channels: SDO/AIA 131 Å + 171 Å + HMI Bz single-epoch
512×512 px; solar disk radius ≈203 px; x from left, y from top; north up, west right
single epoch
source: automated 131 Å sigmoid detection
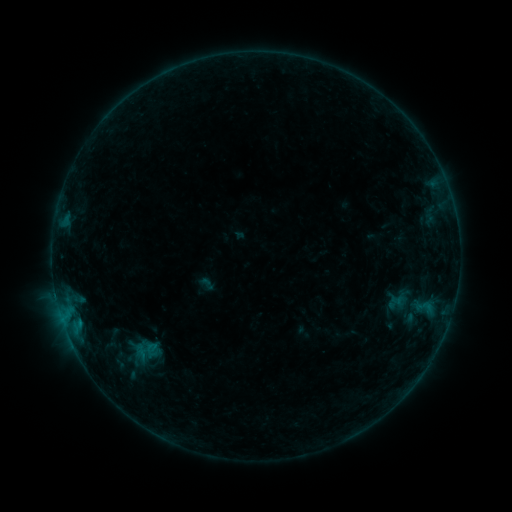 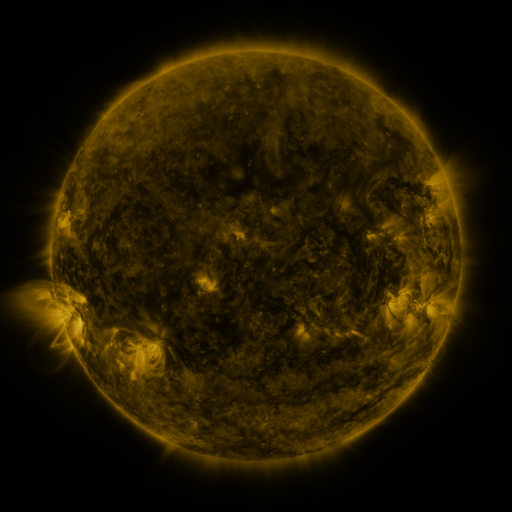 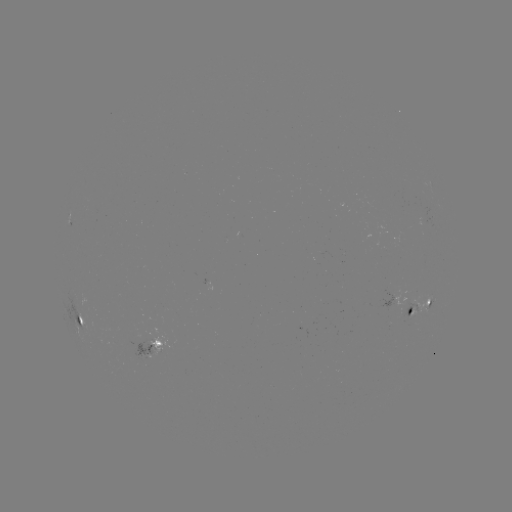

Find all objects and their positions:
sigmoid: (120, 330, 170, 370)
